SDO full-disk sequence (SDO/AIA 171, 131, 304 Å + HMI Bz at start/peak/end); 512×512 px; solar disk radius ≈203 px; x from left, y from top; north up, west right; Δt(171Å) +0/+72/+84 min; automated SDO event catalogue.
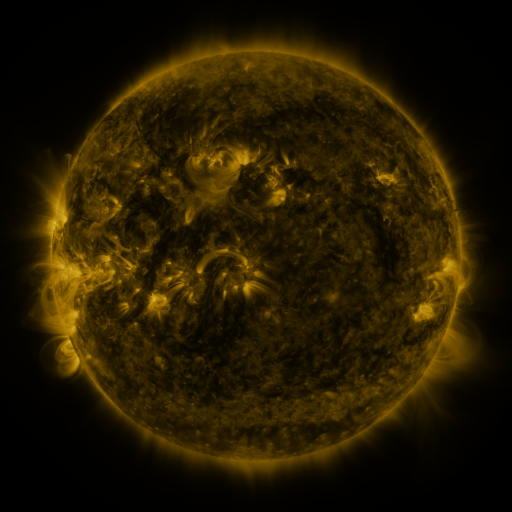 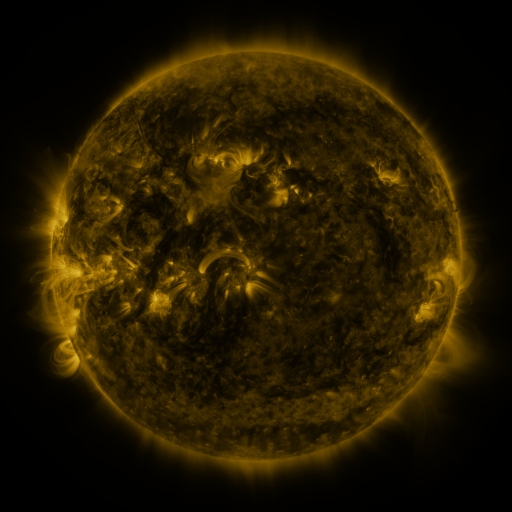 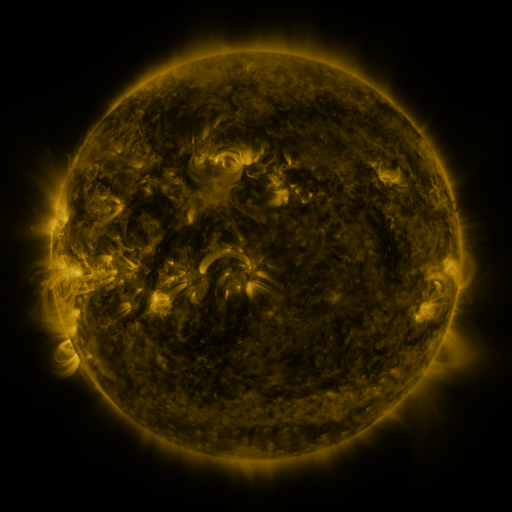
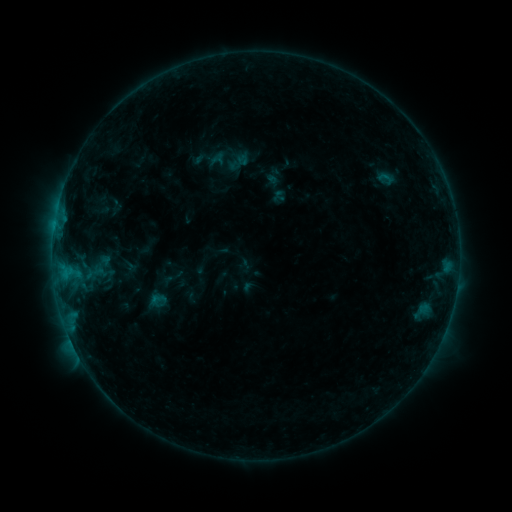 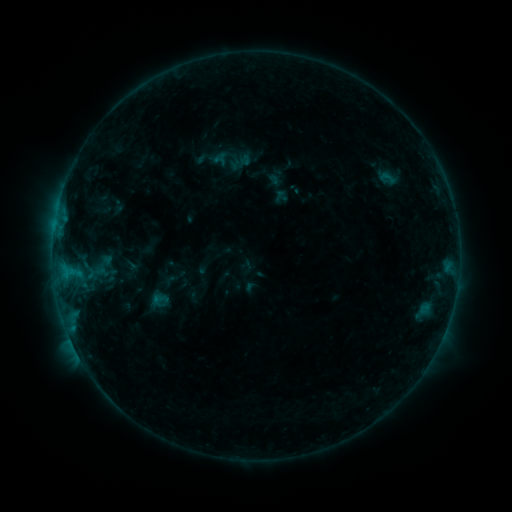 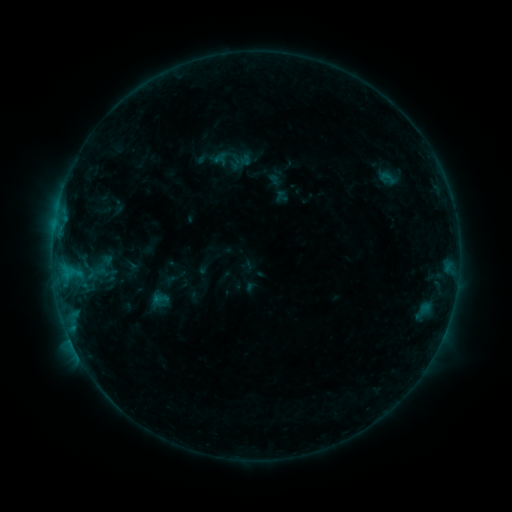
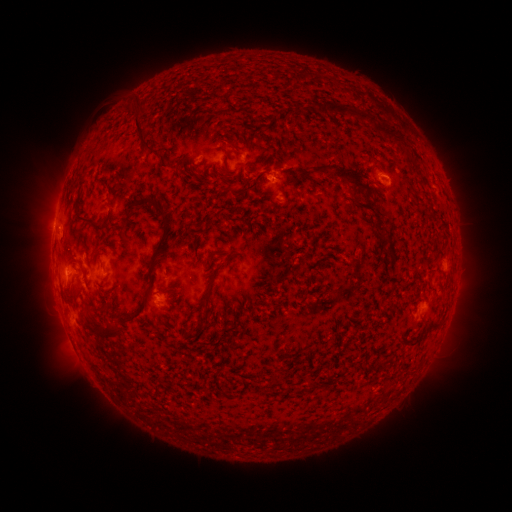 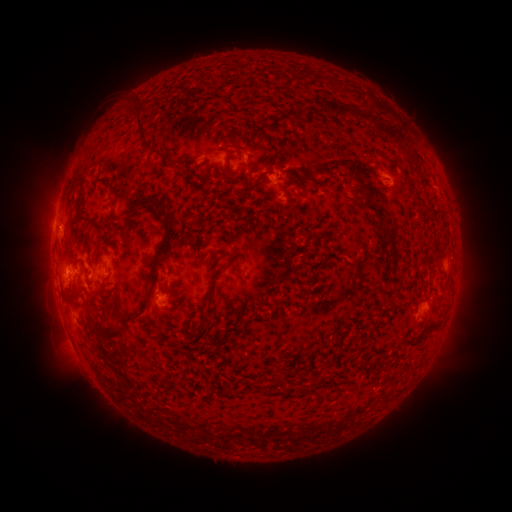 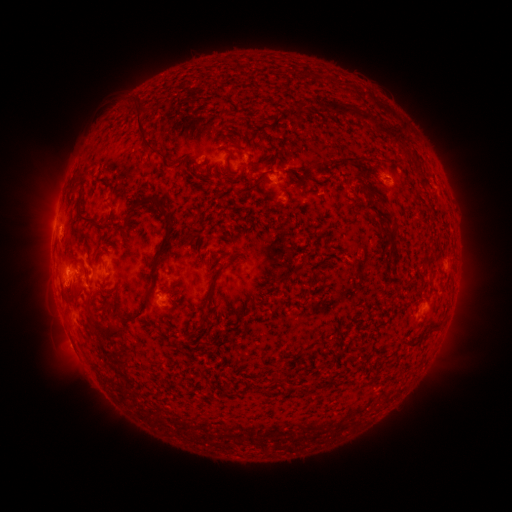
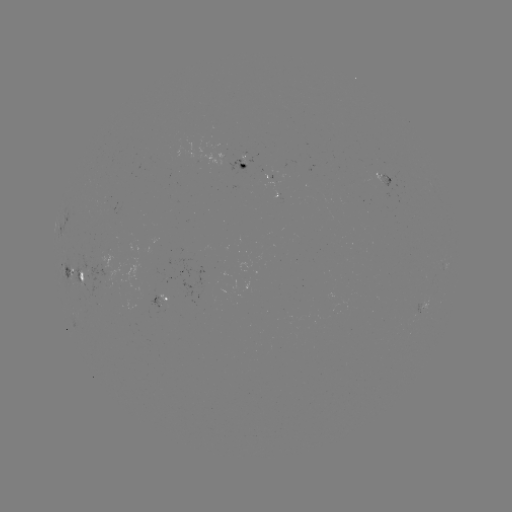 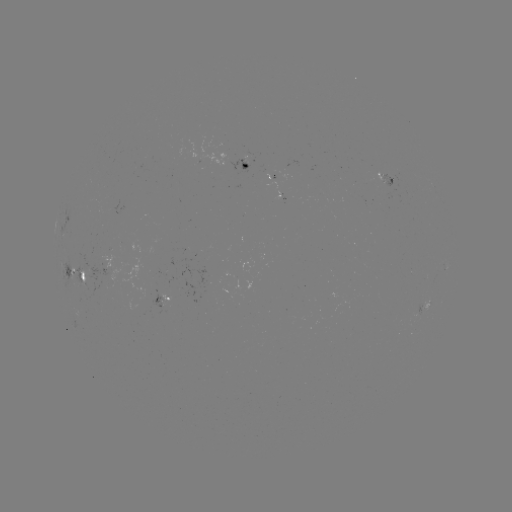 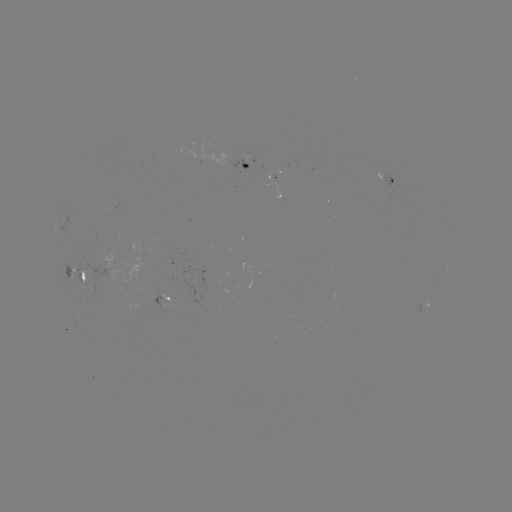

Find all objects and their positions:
emerging-flux region: (86, 280)
